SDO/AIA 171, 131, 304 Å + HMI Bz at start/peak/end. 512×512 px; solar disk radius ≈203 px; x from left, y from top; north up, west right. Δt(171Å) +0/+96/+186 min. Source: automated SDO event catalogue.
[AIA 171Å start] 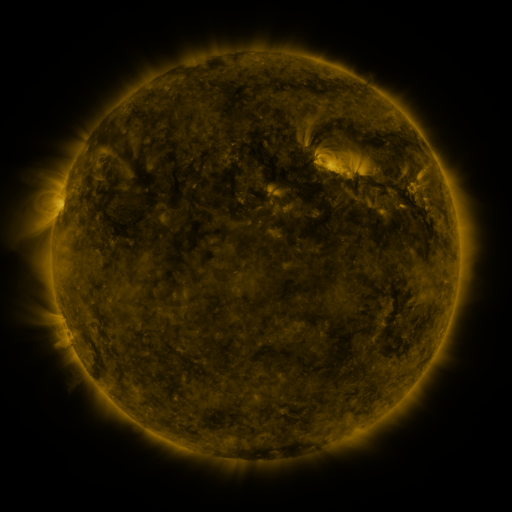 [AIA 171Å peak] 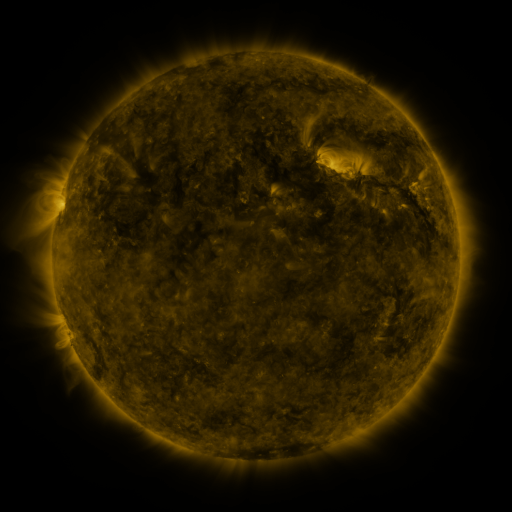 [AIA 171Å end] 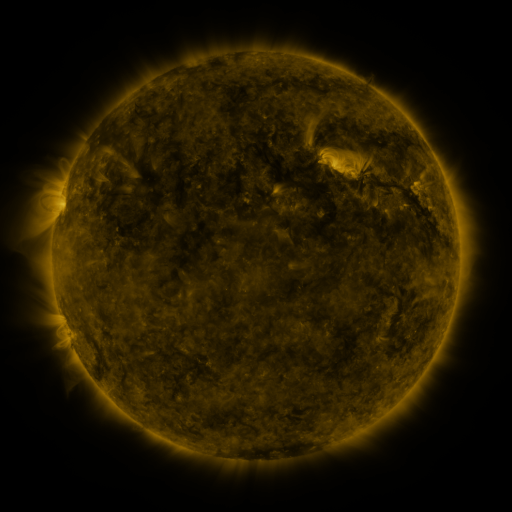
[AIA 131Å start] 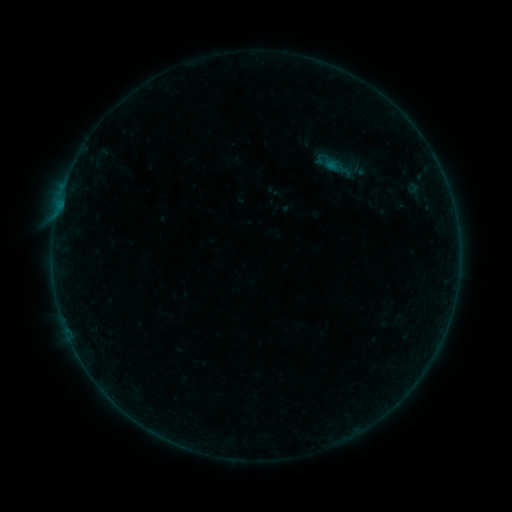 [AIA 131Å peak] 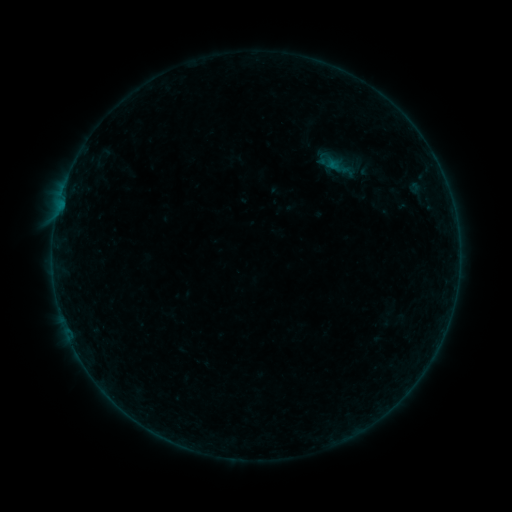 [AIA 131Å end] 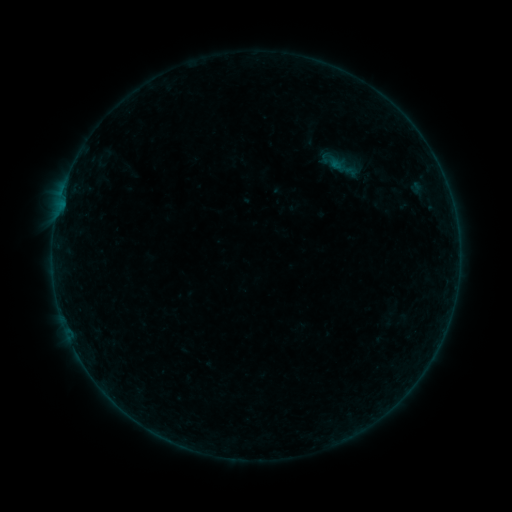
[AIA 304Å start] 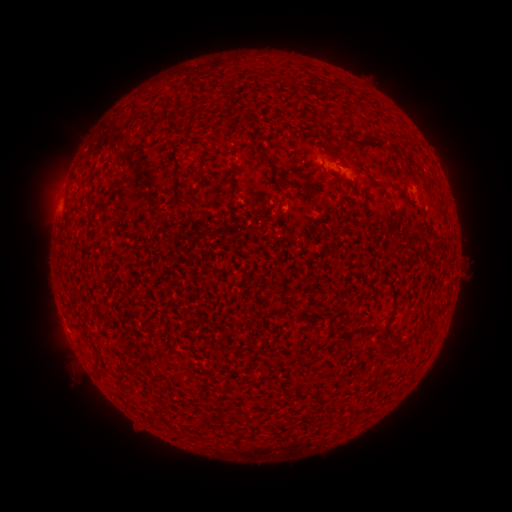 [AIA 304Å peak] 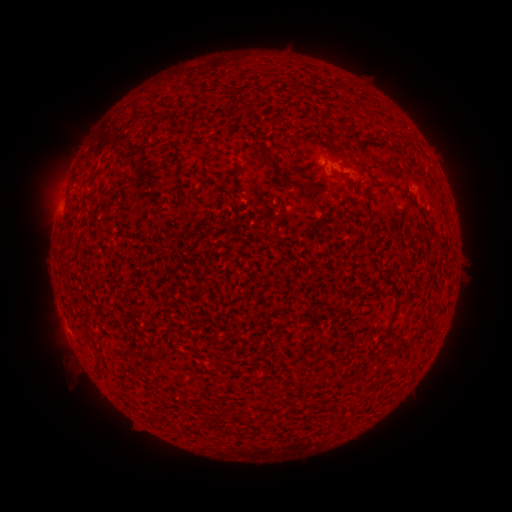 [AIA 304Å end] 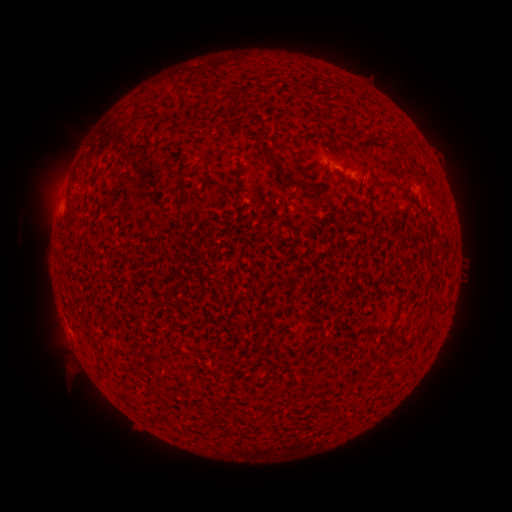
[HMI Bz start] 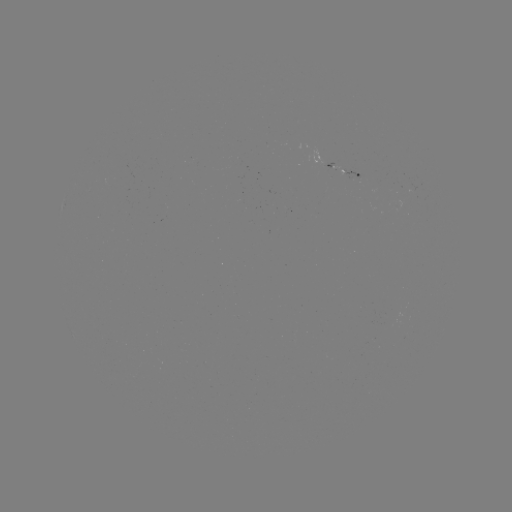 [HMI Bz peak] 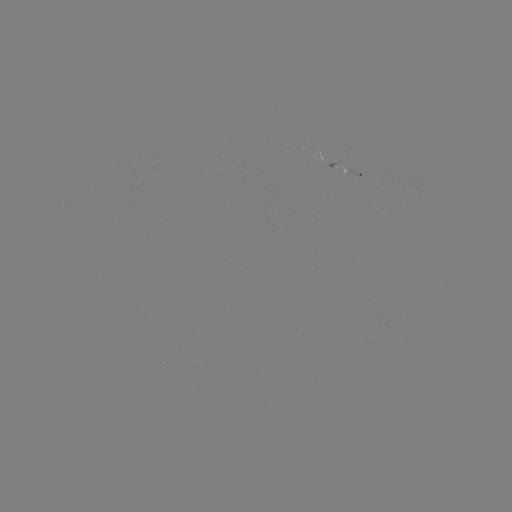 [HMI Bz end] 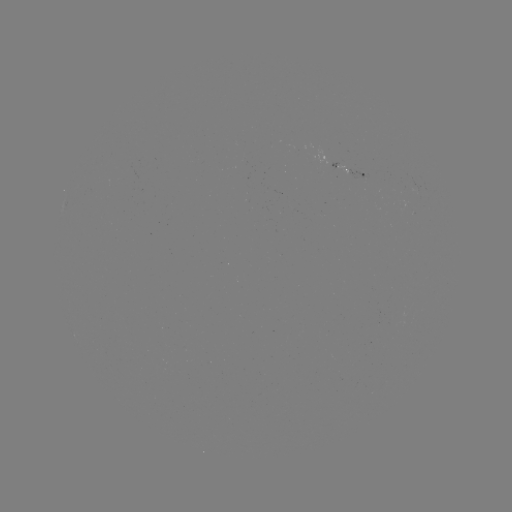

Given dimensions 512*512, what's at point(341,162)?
filament eruption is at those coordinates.